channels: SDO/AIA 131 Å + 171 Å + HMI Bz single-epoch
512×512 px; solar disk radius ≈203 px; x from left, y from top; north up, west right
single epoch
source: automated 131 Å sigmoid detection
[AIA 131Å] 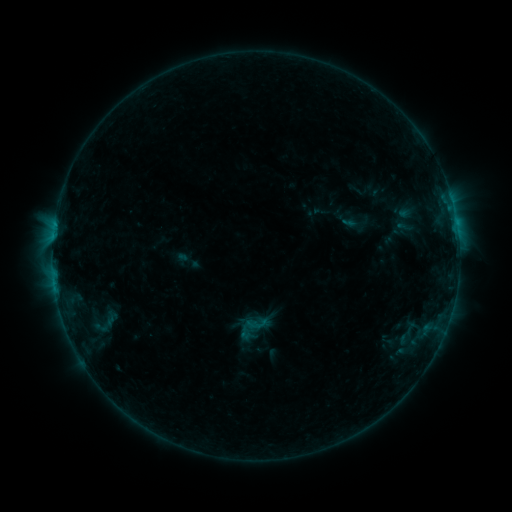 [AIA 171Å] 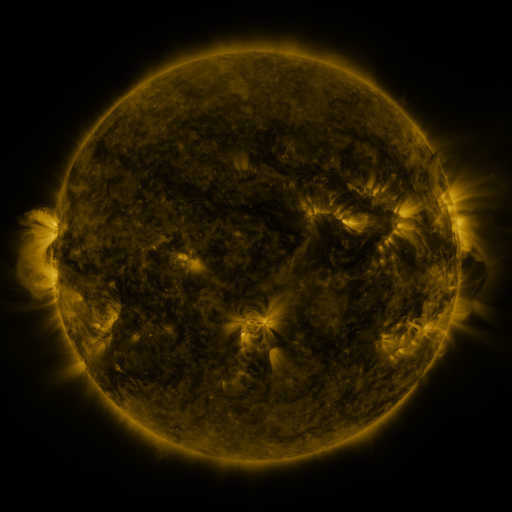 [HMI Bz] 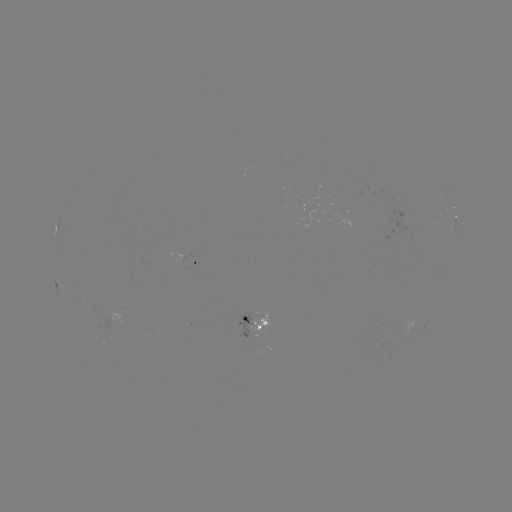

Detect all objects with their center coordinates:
sigmoid: <bbox>235, 309, 272, 345</bbox>
